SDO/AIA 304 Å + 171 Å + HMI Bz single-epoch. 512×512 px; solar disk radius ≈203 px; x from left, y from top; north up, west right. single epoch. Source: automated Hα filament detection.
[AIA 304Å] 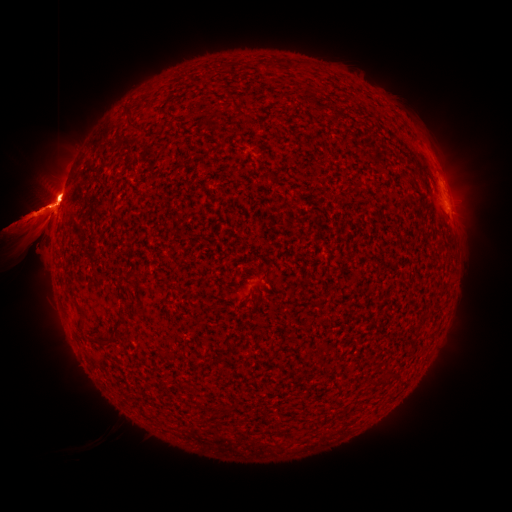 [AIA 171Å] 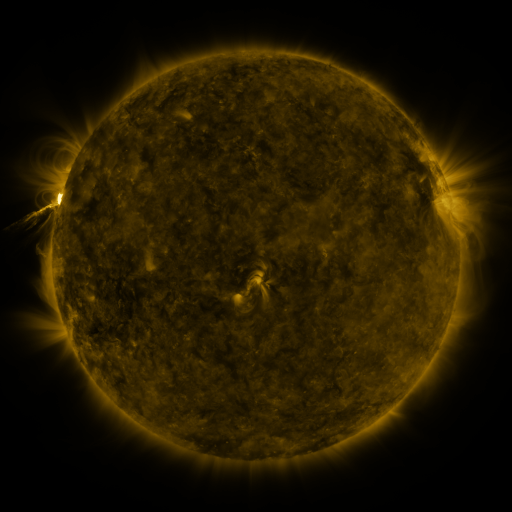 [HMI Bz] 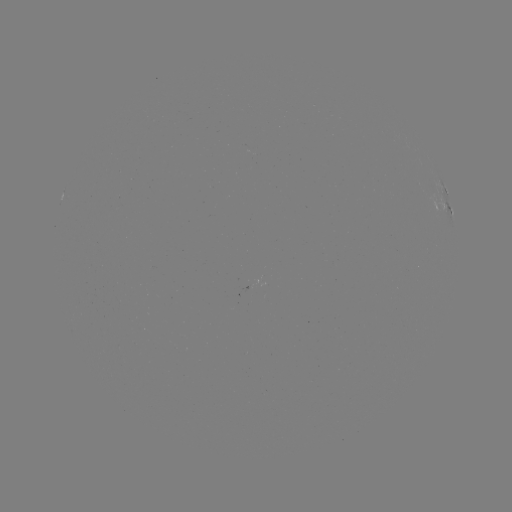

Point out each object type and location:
filament: [124, 104, 141, 131]
filament: [126, 270, 141, 277]
filament: [75, 307, 86, 326]
filament: [110, 316, 126, 333]
filament: [93, 326, 119, 344]
